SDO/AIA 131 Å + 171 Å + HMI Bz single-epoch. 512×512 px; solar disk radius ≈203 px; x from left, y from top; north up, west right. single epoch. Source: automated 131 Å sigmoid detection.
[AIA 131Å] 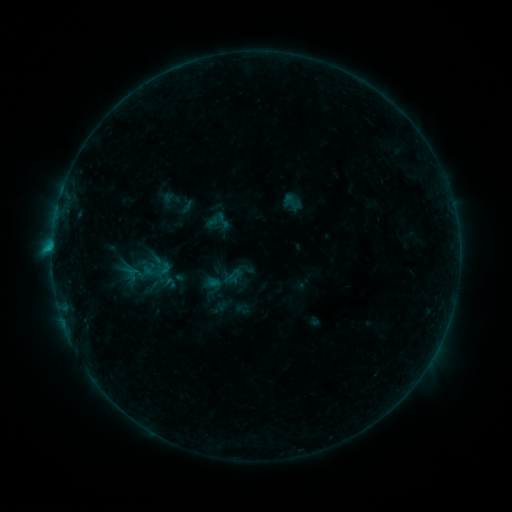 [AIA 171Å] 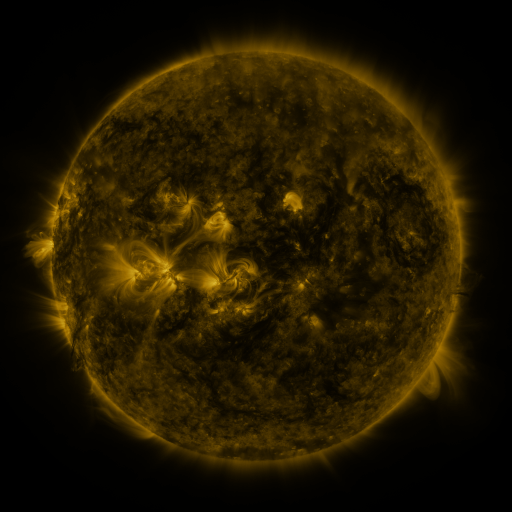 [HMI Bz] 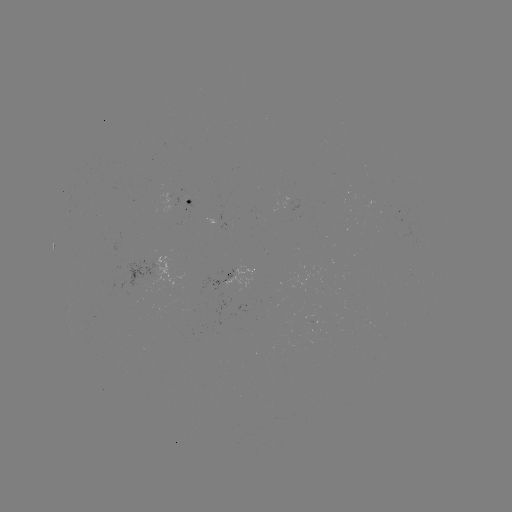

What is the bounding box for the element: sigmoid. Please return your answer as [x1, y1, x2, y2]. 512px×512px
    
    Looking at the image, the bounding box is [213, 212, 232, 230].